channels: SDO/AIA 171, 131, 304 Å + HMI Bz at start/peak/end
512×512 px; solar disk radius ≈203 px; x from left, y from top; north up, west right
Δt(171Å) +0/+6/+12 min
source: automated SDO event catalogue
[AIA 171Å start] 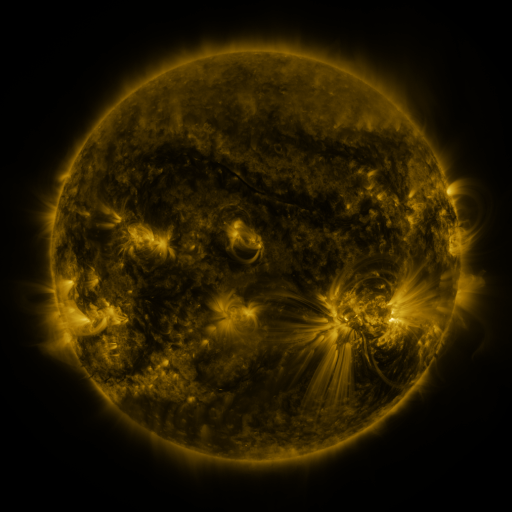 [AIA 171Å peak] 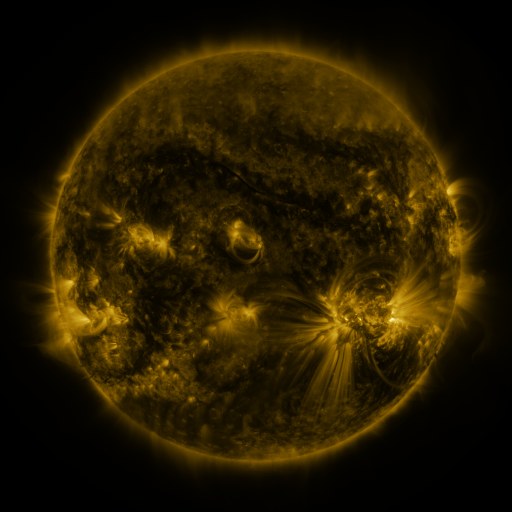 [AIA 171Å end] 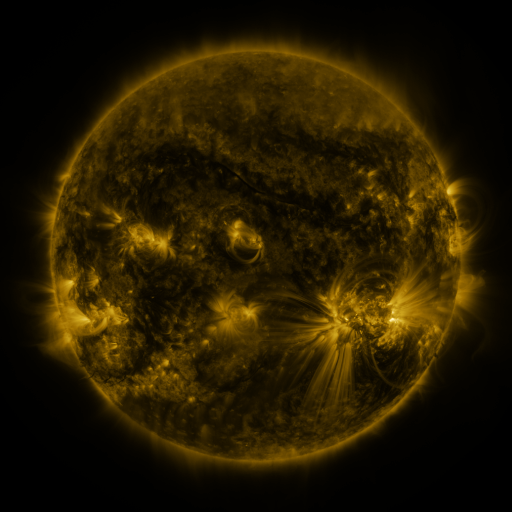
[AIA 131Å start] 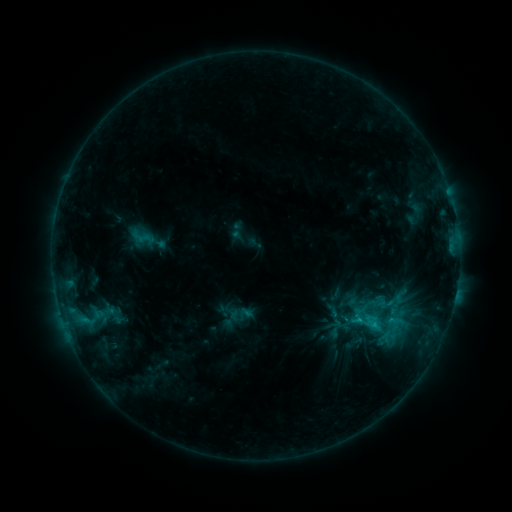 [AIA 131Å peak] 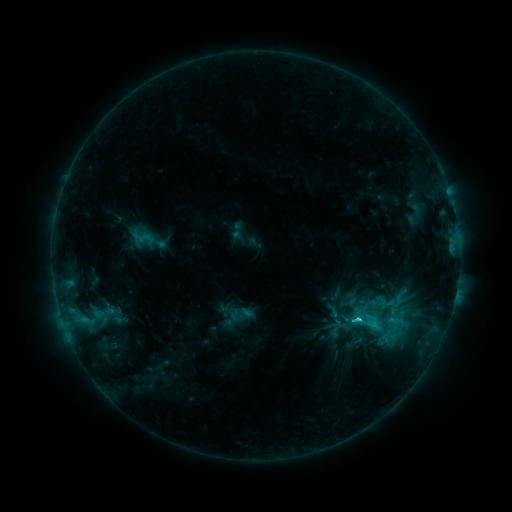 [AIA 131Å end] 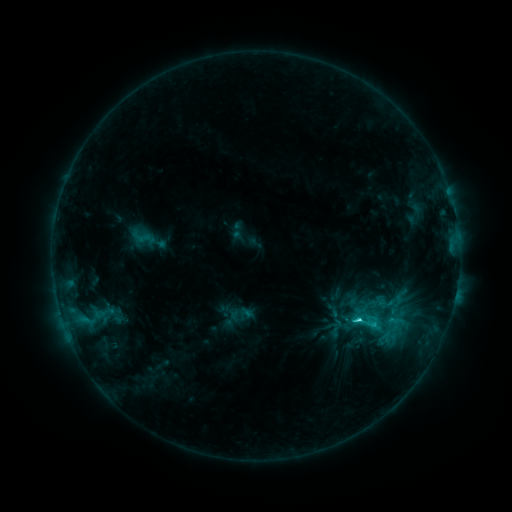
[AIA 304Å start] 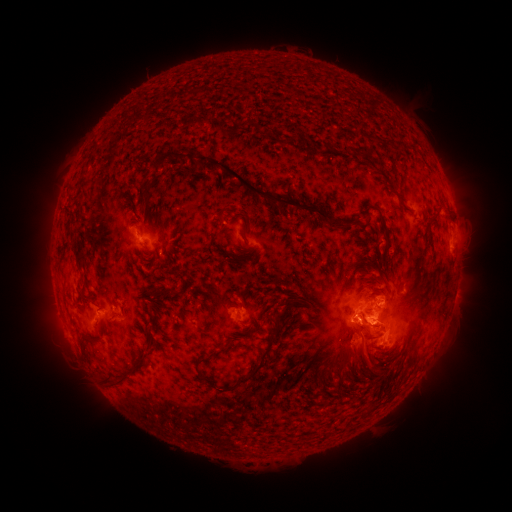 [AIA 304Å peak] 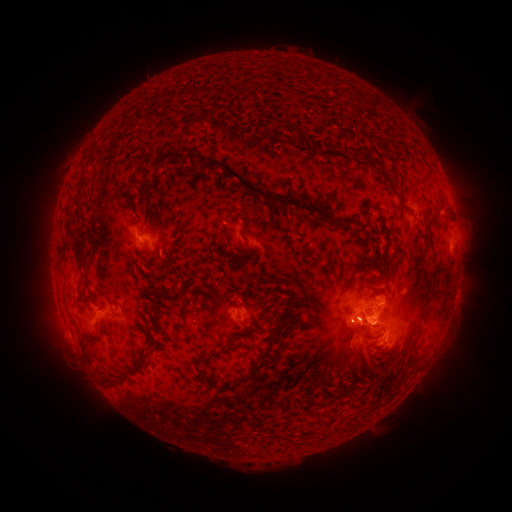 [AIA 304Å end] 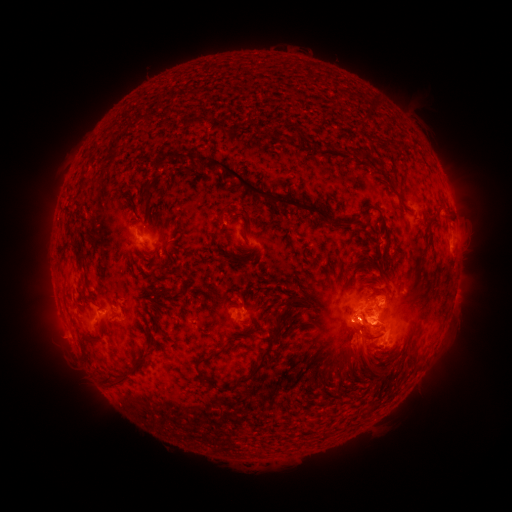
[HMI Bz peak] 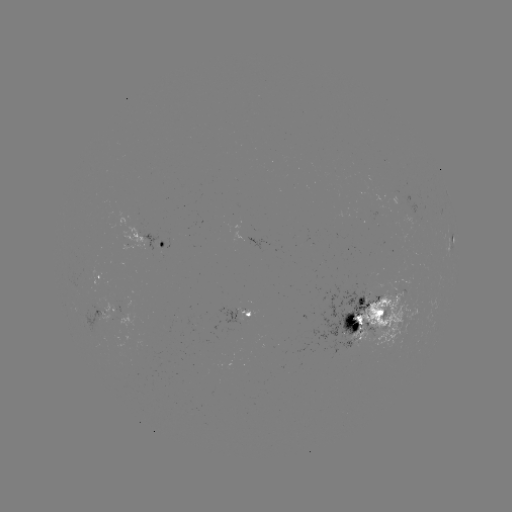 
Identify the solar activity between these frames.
C4.0 flare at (358, 316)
